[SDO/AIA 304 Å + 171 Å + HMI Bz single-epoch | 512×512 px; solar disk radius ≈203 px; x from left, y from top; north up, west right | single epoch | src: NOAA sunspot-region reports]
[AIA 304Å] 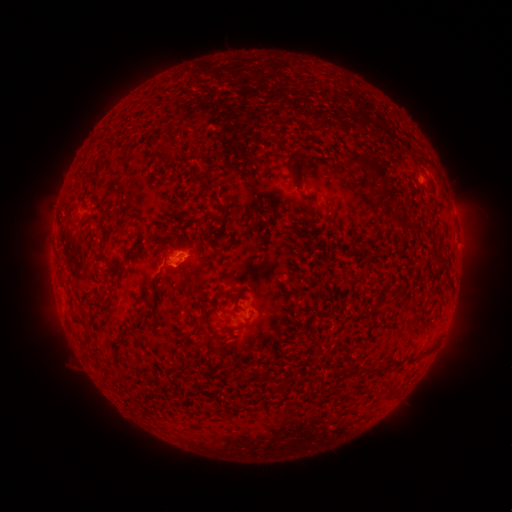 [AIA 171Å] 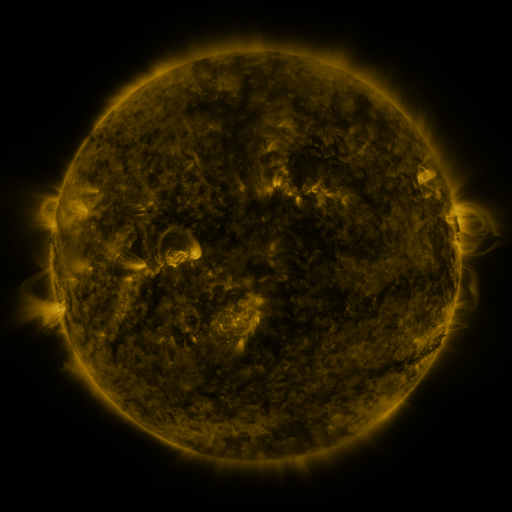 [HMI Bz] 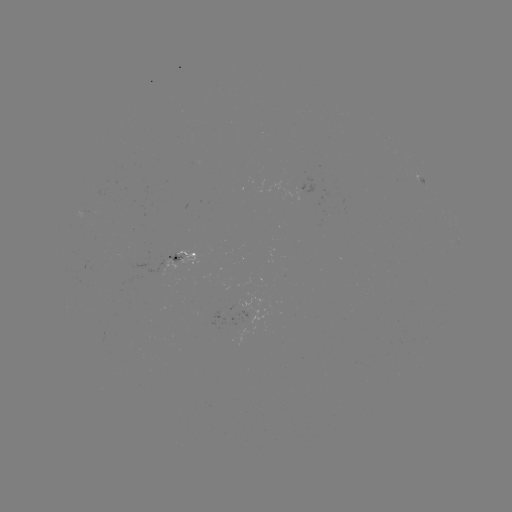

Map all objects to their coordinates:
spotted active region: (421, 181)
spotted active region: (458, 240)
spotted active region: (180, 257)
